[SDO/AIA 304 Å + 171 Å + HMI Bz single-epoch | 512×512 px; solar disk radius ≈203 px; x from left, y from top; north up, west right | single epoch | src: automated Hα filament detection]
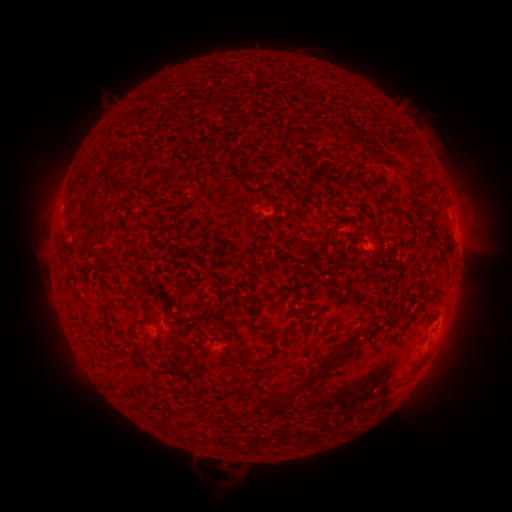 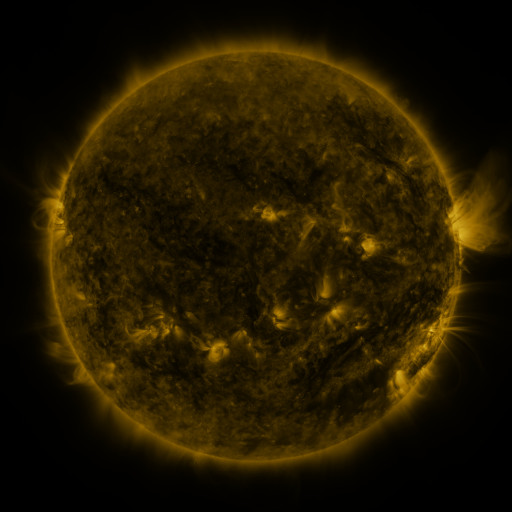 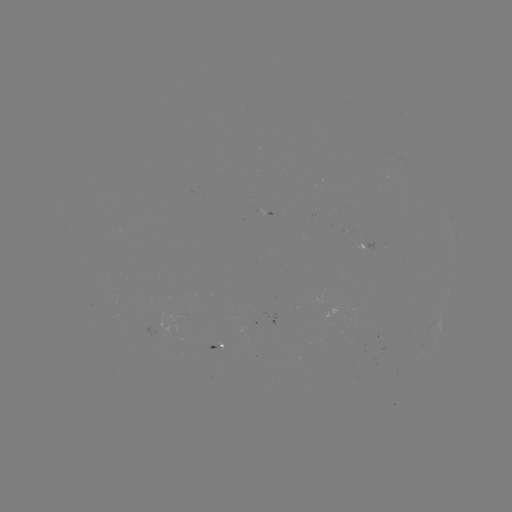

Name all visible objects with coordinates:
filament: (354, 139)
filament: (368, 151)
filament: (390, 163)
filament: (248, 176)
filament: (271, 181)
filament: (90, 210)
filament: (93, 243)
filament: (365, 271)
filament: (253, 299)
filament: (285, 333)
filament: (265, 335)
filament: (151, 344)
filament: (334, 358)
filament: (311, 379)
filament: (280, 397)
